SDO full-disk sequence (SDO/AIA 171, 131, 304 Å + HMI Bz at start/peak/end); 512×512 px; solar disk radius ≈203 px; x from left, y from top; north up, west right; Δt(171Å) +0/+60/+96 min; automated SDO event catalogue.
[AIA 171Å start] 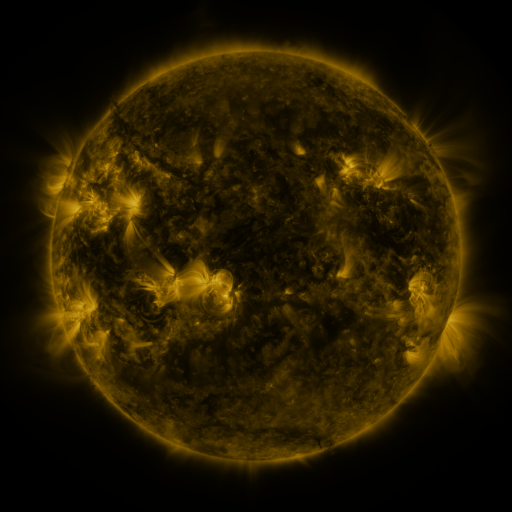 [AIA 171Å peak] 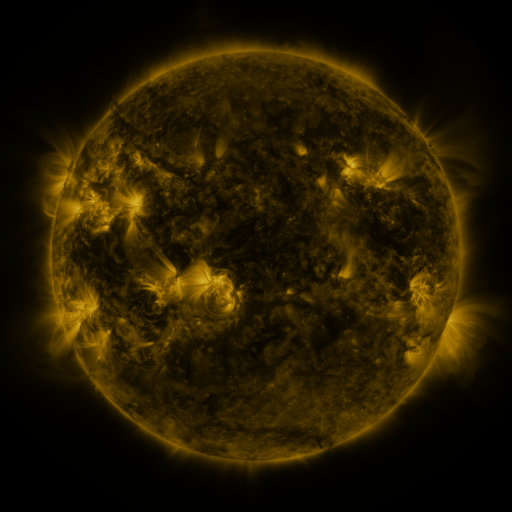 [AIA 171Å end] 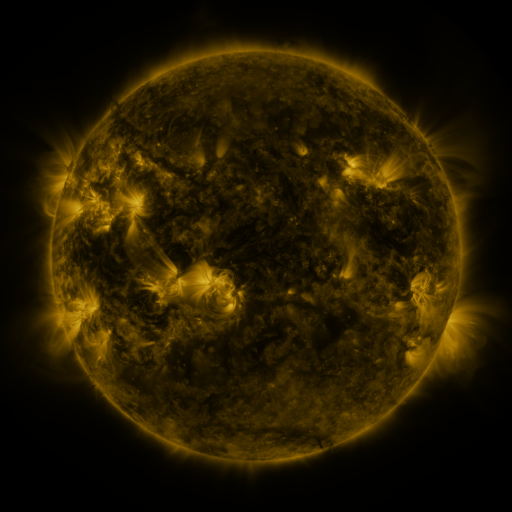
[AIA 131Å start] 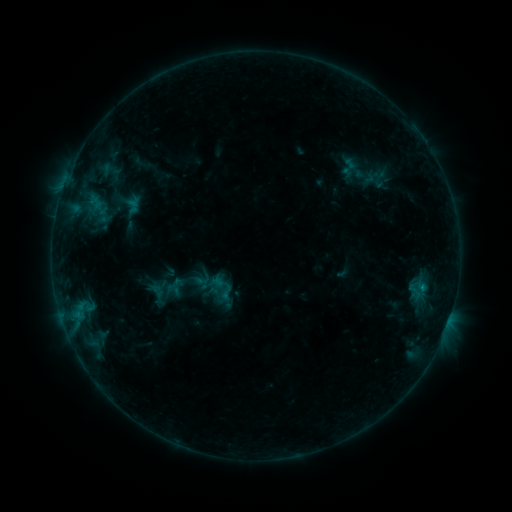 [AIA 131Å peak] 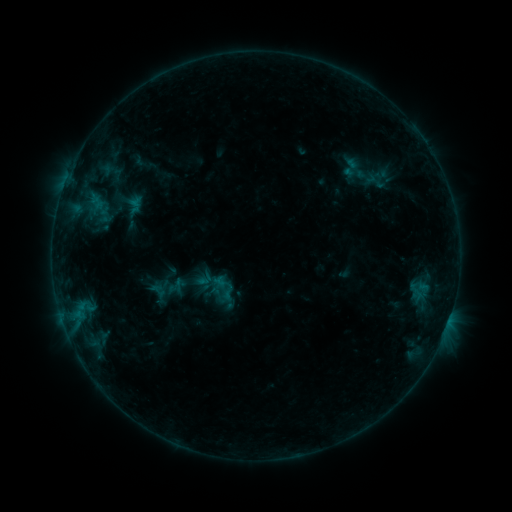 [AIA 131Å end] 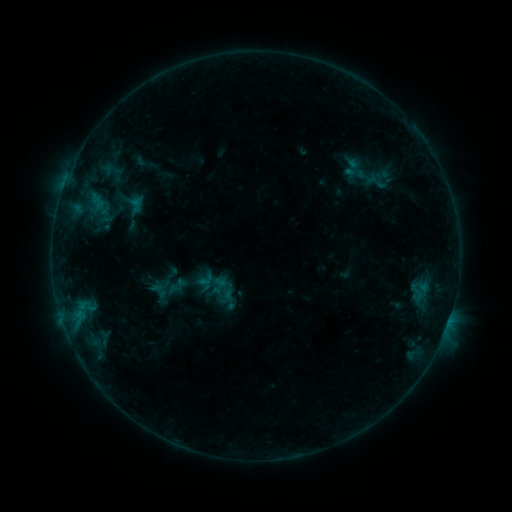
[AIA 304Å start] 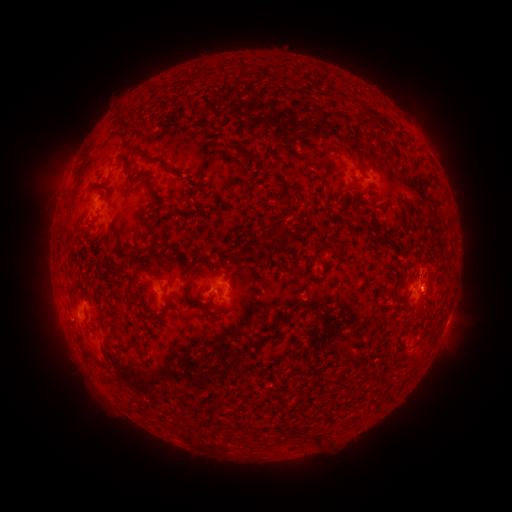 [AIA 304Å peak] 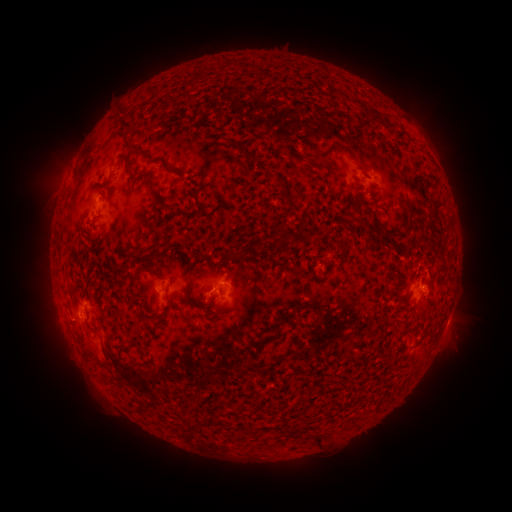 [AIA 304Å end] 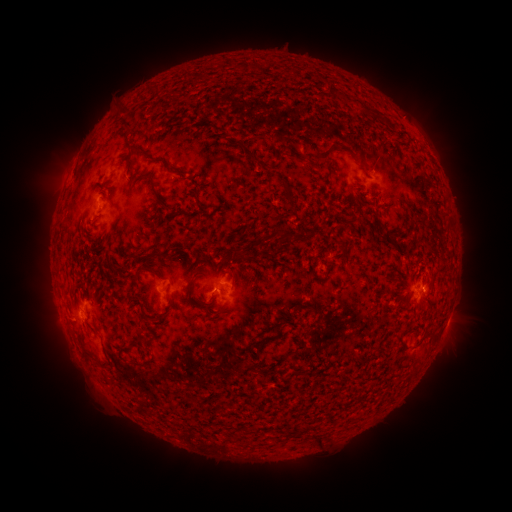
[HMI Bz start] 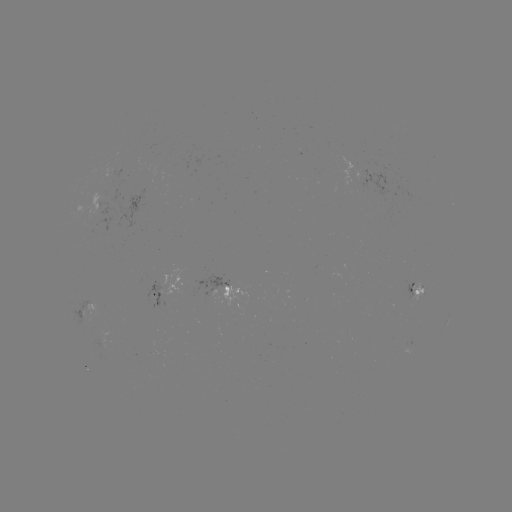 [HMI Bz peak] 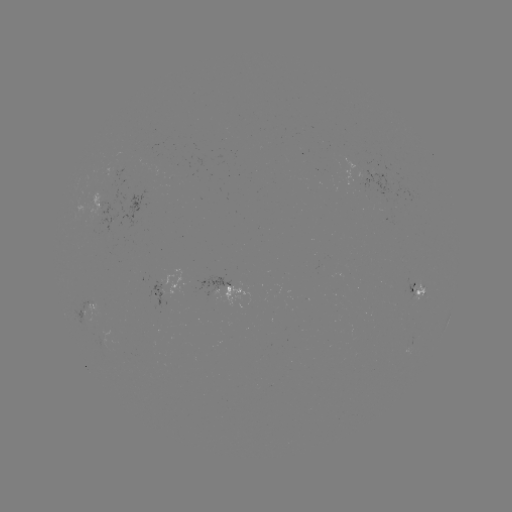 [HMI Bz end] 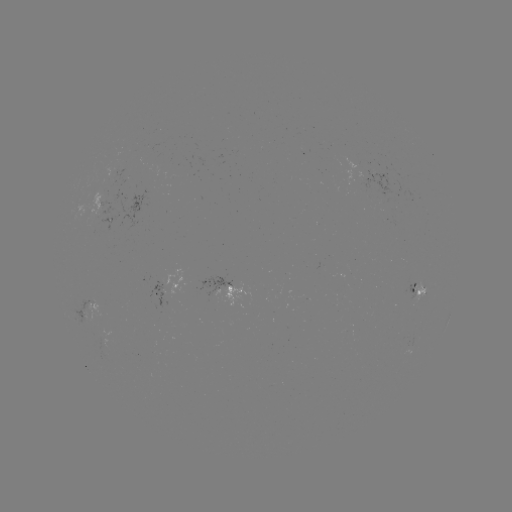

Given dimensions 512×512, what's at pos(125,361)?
emerging-flux region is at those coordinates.